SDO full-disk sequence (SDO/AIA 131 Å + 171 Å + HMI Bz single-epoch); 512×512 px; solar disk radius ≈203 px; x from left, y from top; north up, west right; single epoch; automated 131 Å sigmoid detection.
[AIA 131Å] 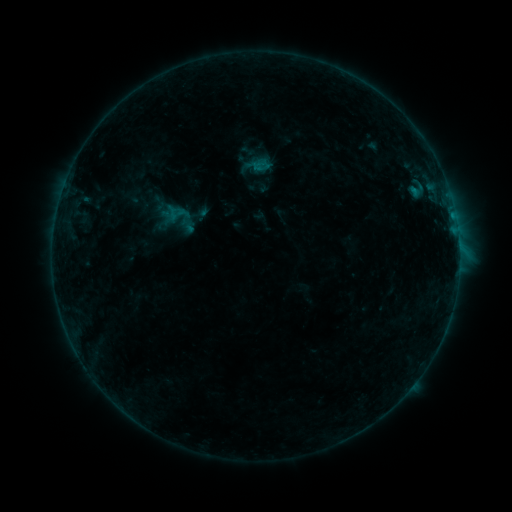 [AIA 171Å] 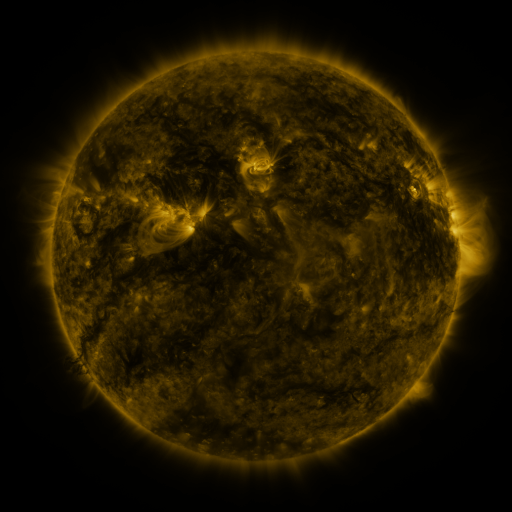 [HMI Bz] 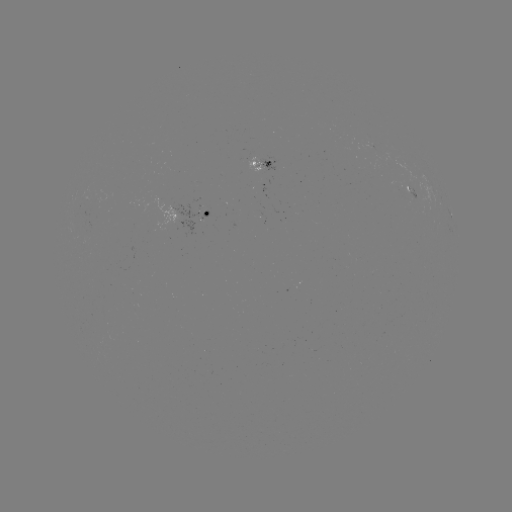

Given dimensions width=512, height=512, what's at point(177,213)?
sigmoid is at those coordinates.